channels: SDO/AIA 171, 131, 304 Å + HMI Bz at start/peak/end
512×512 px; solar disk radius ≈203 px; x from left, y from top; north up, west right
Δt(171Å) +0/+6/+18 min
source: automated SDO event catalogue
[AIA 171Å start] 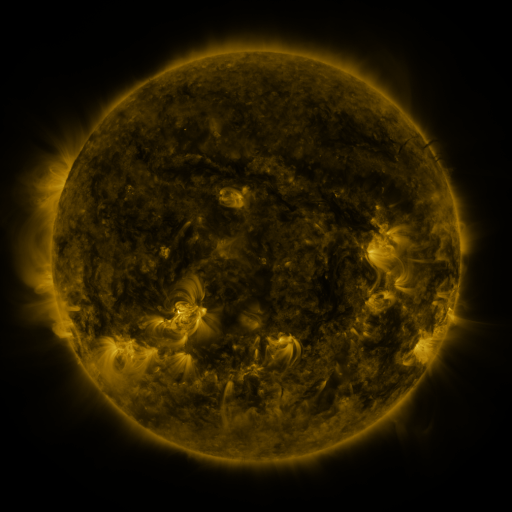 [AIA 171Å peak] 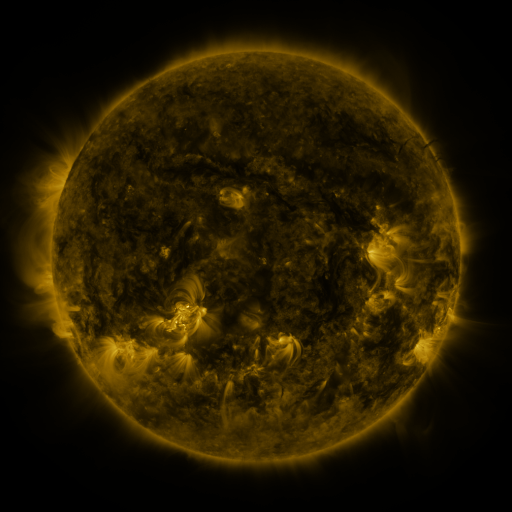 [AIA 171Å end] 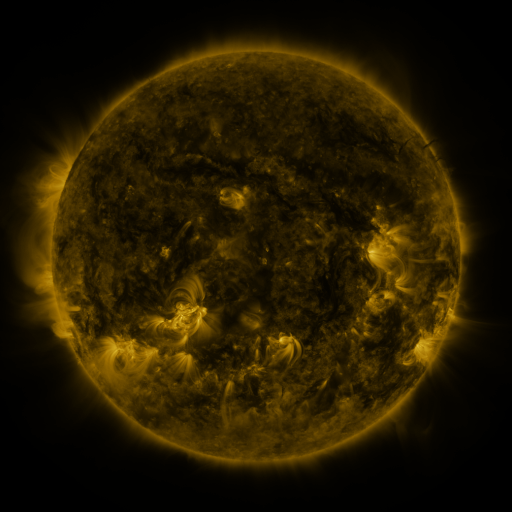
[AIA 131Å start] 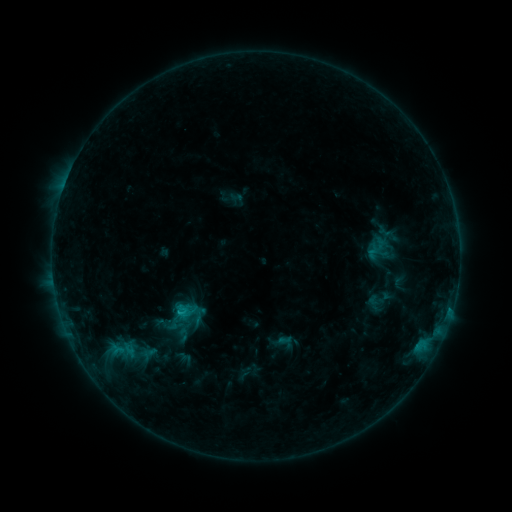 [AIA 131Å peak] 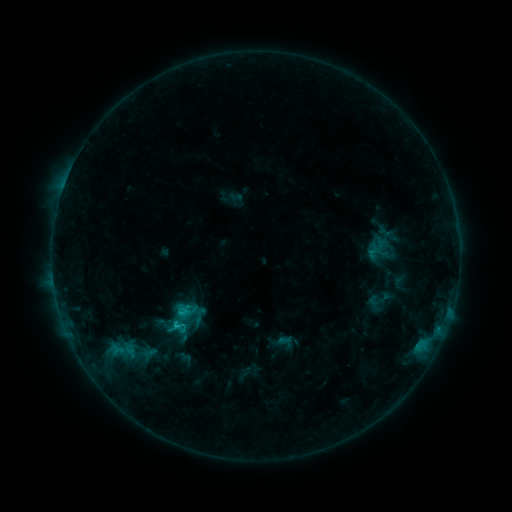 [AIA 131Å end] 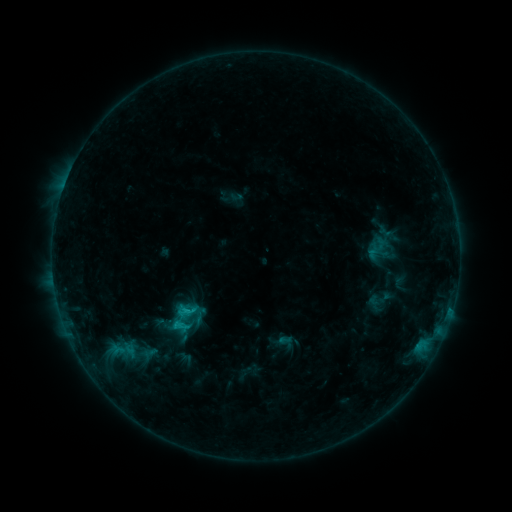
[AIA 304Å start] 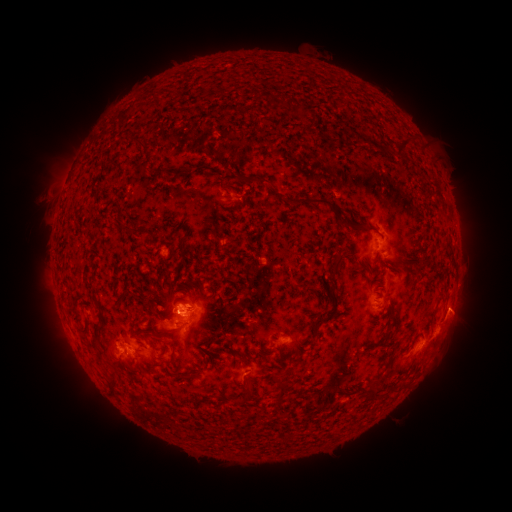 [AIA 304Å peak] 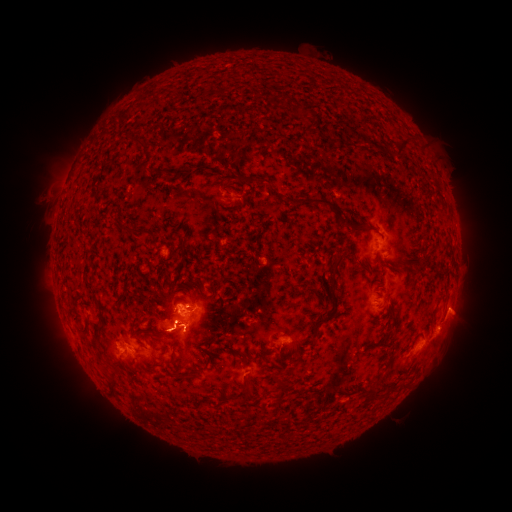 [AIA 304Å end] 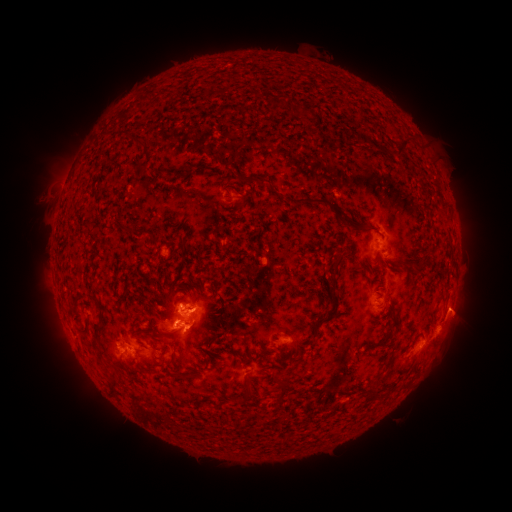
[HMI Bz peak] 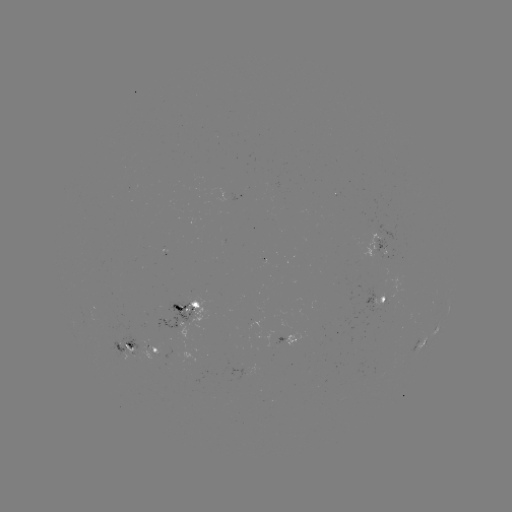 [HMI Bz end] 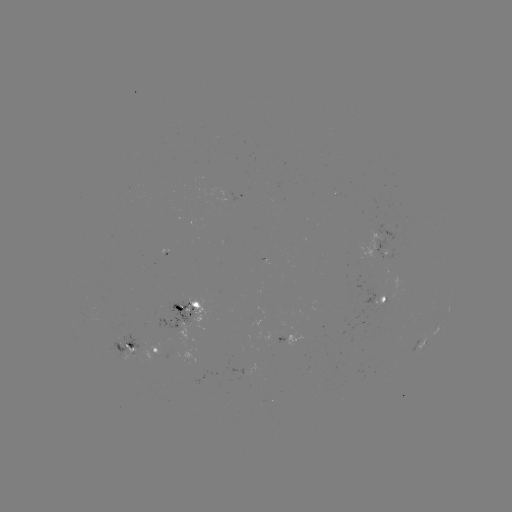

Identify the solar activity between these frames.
C1.7 flare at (178, 324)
